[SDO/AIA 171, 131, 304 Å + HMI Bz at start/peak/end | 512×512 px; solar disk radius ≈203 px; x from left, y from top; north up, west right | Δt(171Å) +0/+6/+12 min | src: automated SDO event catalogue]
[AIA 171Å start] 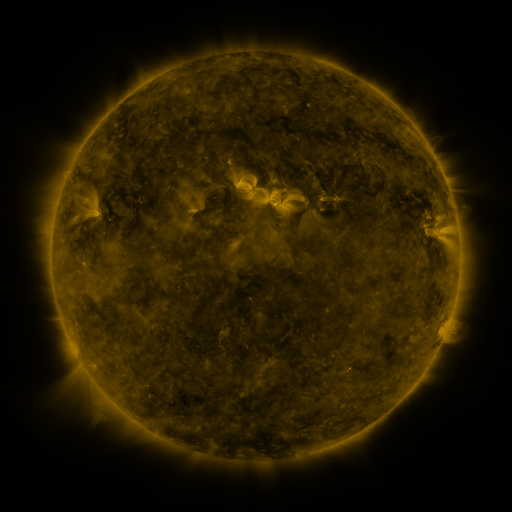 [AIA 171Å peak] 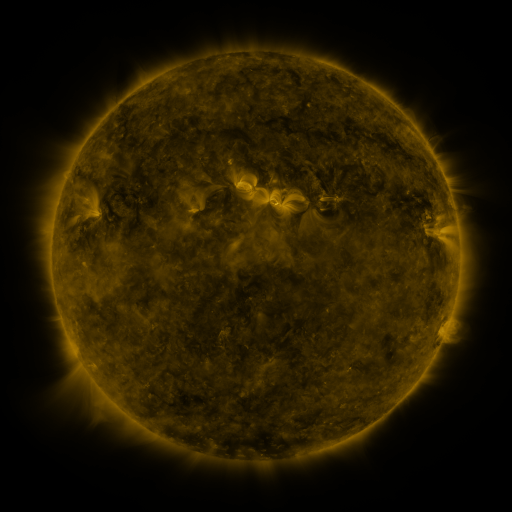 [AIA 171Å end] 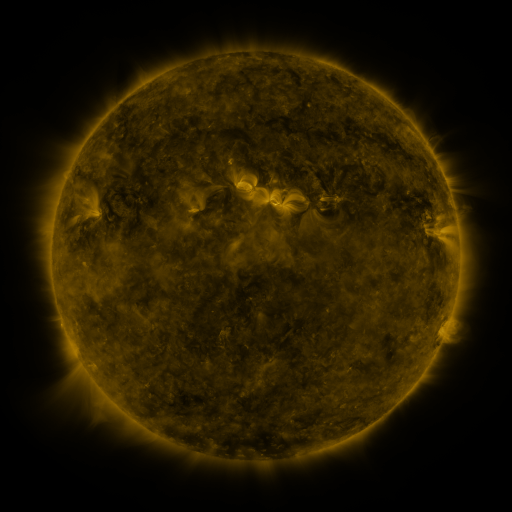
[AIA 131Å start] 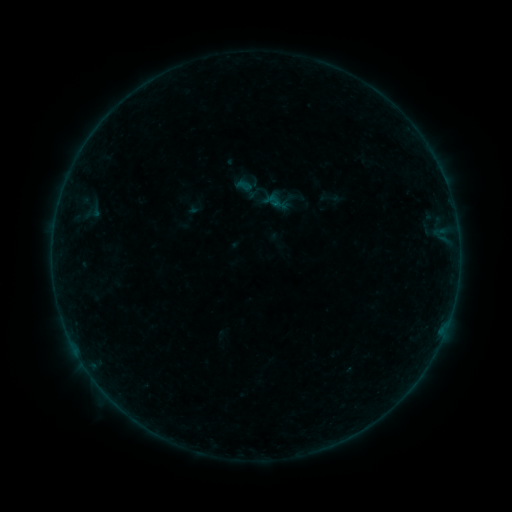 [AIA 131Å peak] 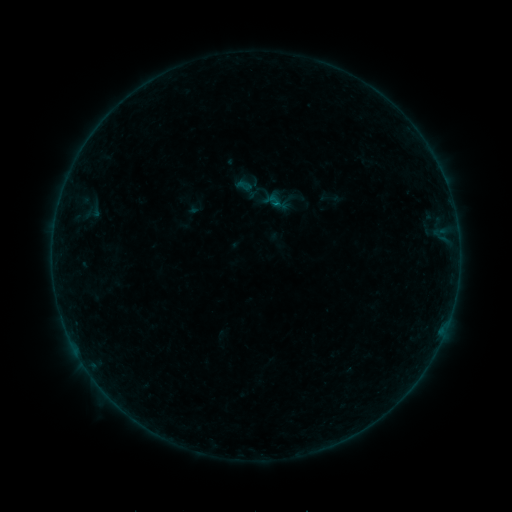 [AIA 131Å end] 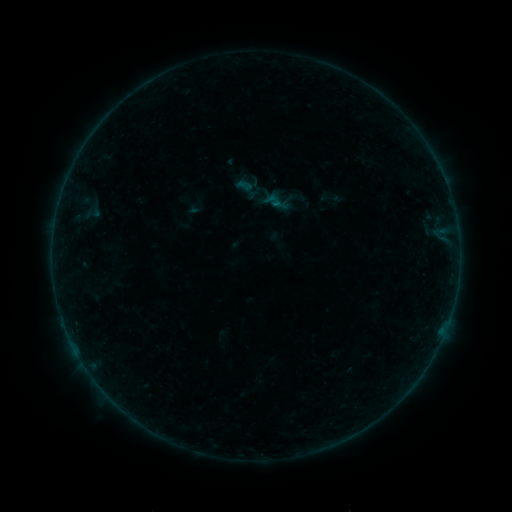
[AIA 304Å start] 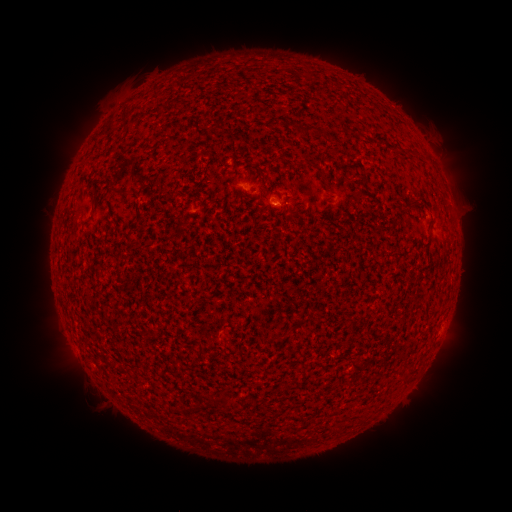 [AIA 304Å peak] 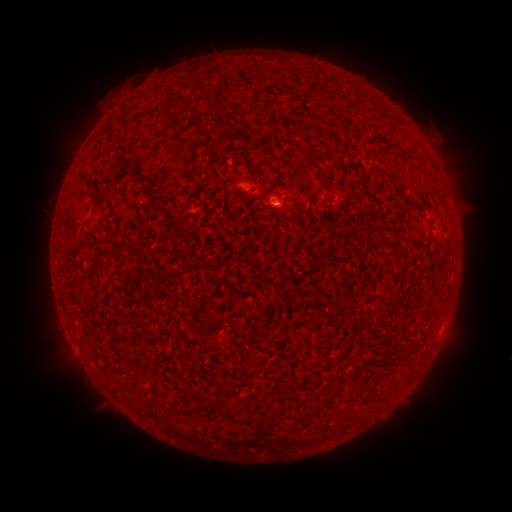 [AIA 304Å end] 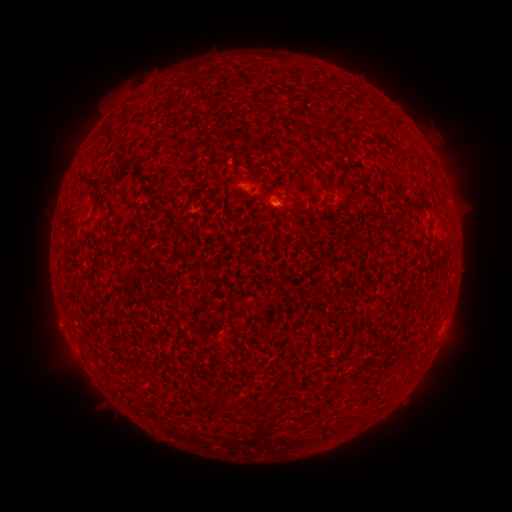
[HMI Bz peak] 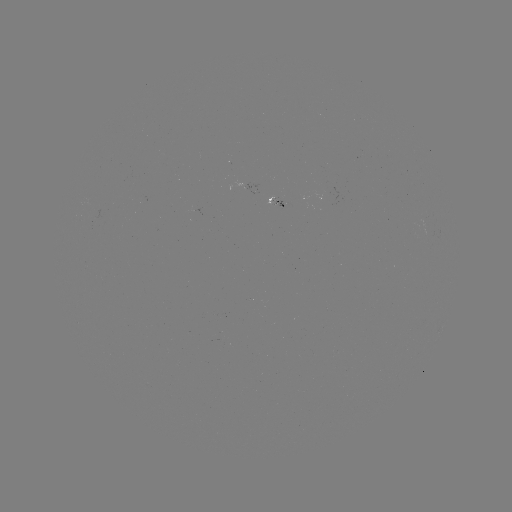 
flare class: B1.2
